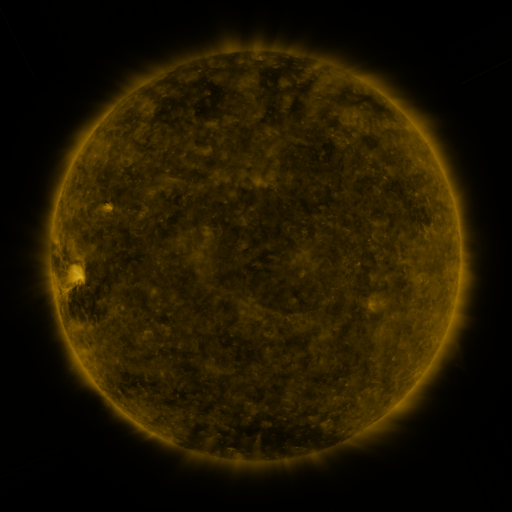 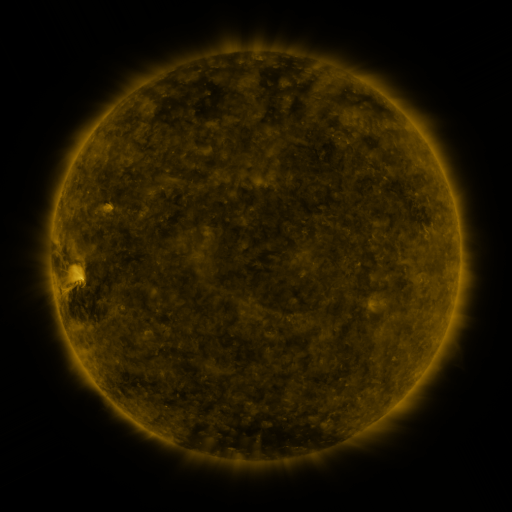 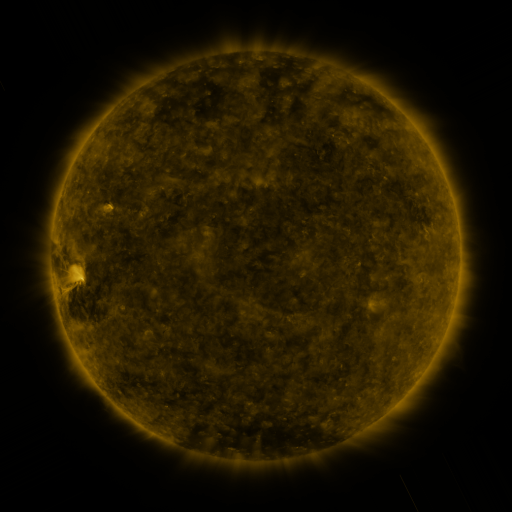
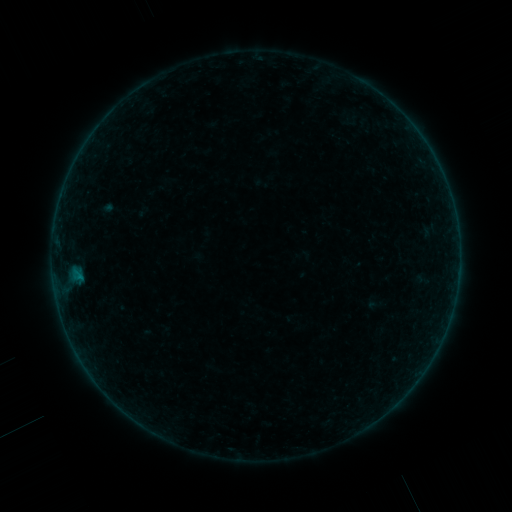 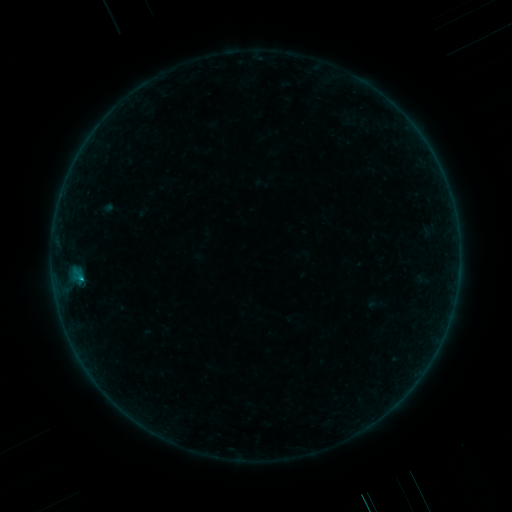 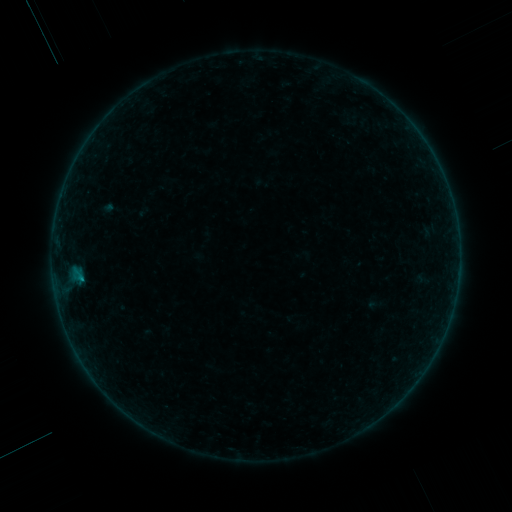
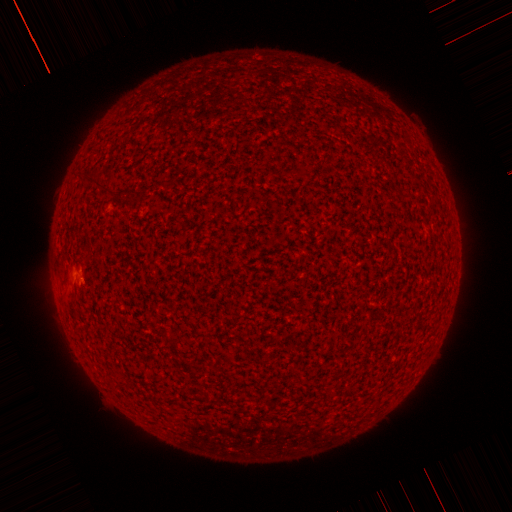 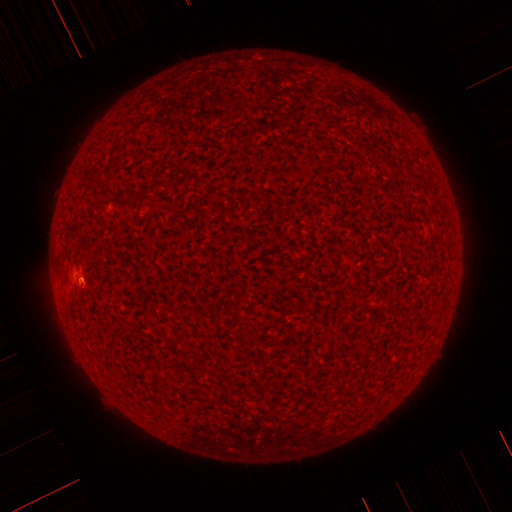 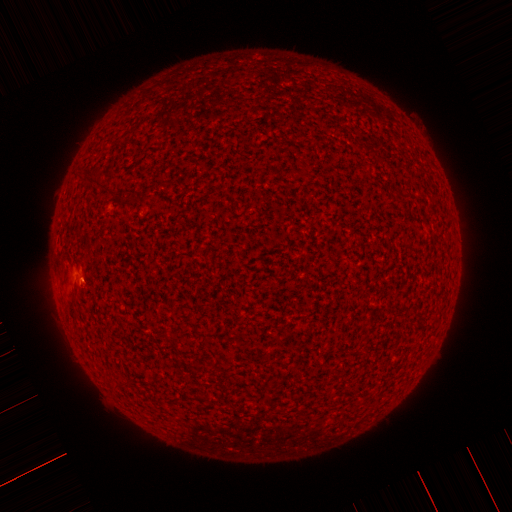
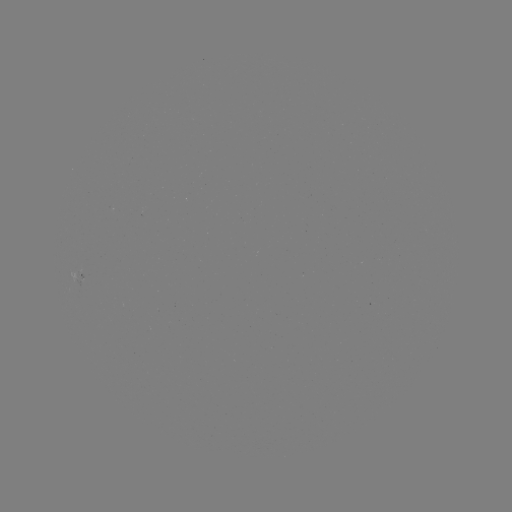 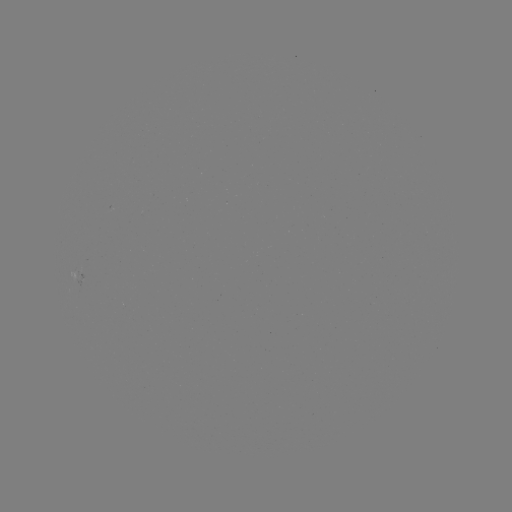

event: flare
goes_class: B1.5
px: (82, 279)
